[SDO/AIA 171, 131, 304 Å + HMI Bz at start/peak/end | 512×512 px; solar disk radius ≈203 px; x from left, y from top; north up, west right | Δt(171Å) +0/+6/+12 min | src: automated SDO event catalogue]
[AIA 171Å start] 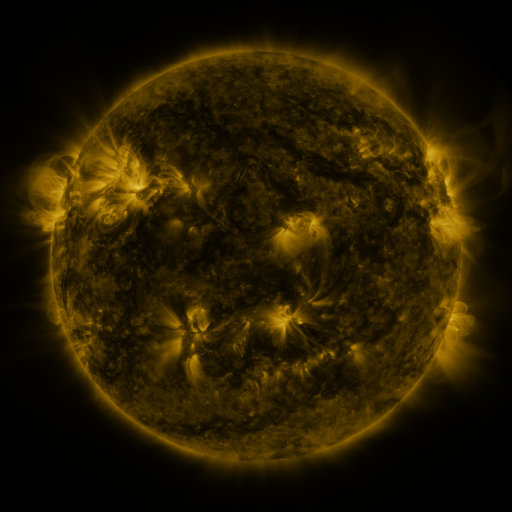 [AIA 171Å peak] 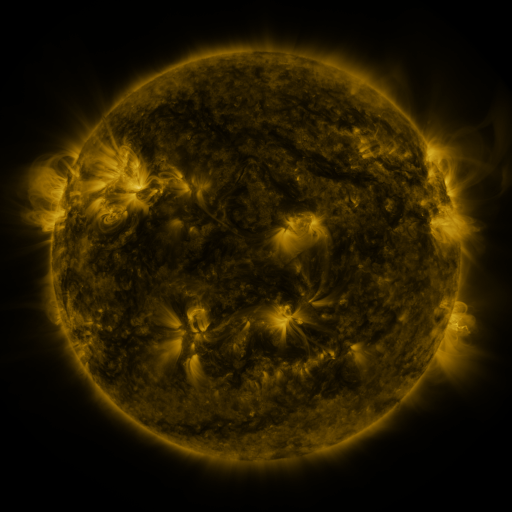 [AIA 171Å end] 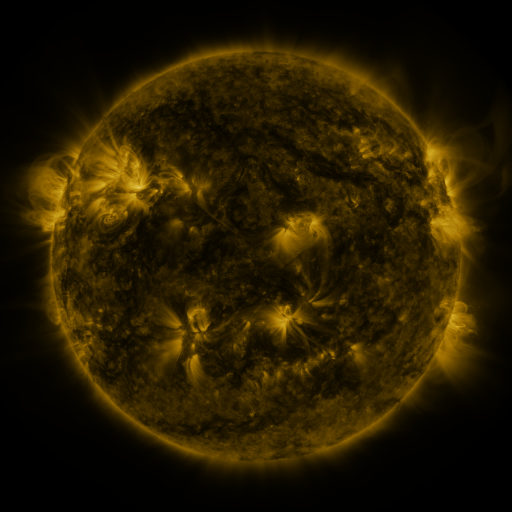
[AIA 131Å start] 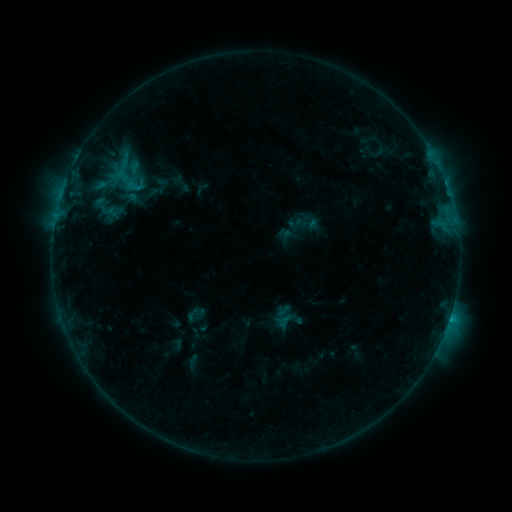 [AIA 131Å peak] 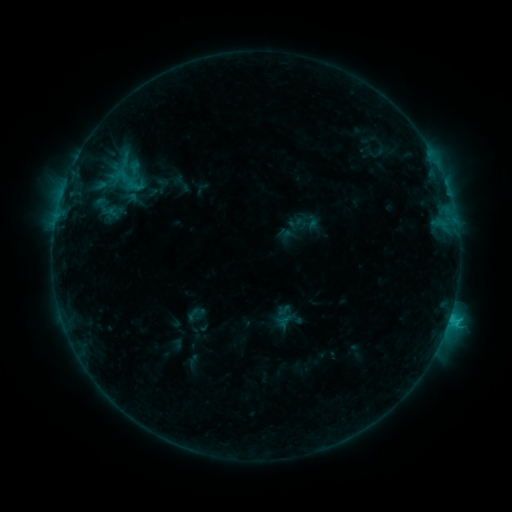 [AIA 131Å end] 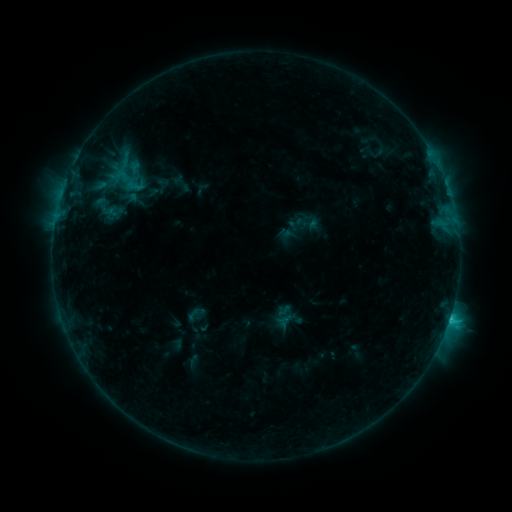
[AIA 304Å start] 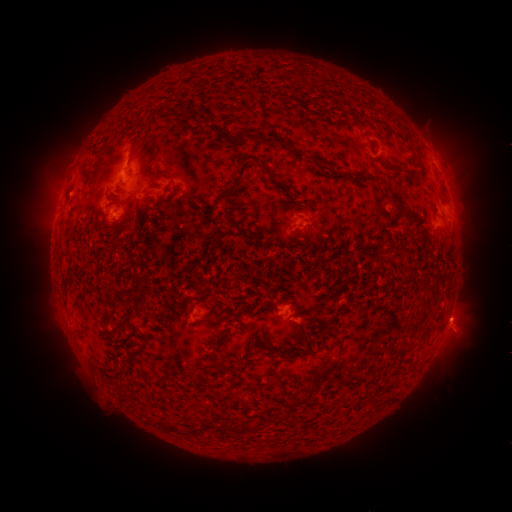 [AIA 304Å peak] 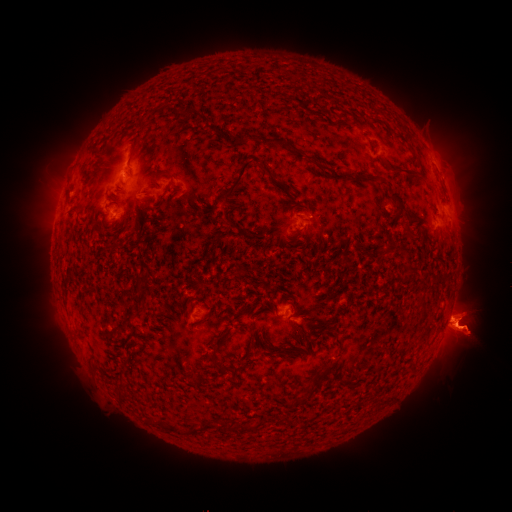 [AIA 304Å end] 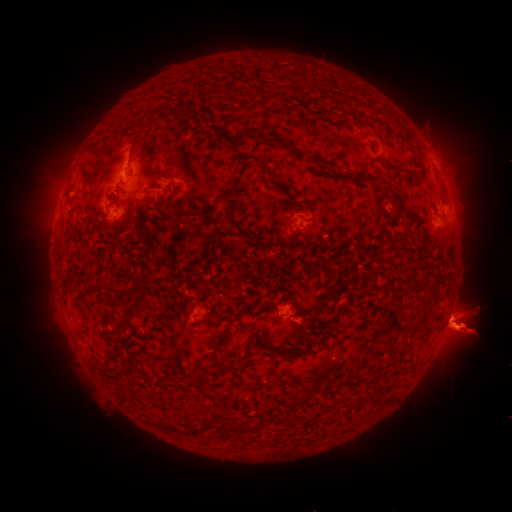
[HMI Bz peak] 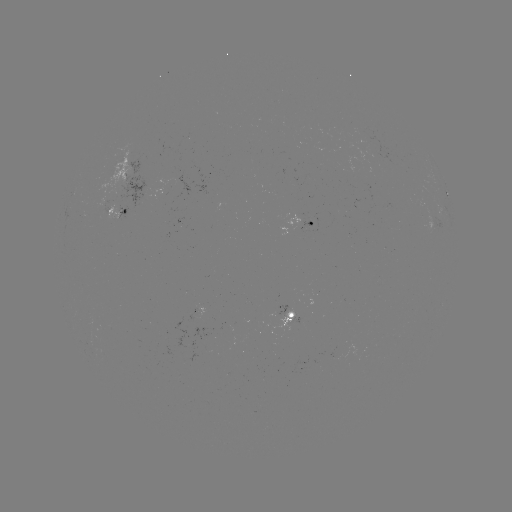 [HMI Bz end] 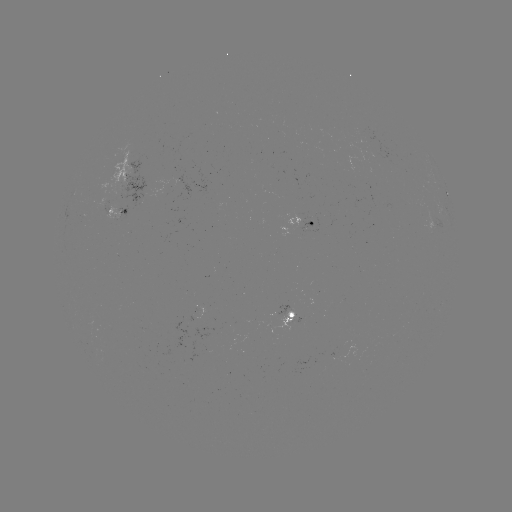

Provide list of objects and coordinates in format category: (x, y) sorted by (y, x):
eruption: (40, 329)
